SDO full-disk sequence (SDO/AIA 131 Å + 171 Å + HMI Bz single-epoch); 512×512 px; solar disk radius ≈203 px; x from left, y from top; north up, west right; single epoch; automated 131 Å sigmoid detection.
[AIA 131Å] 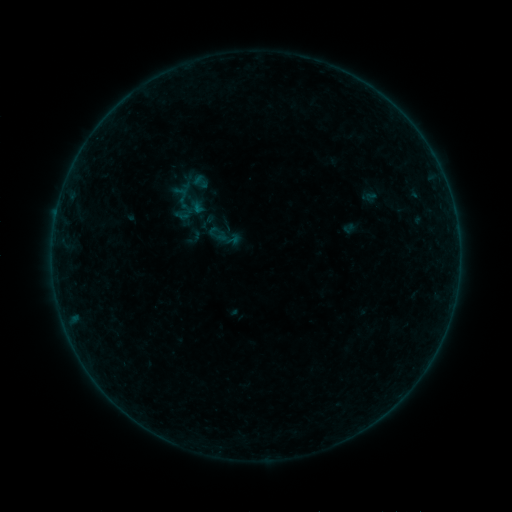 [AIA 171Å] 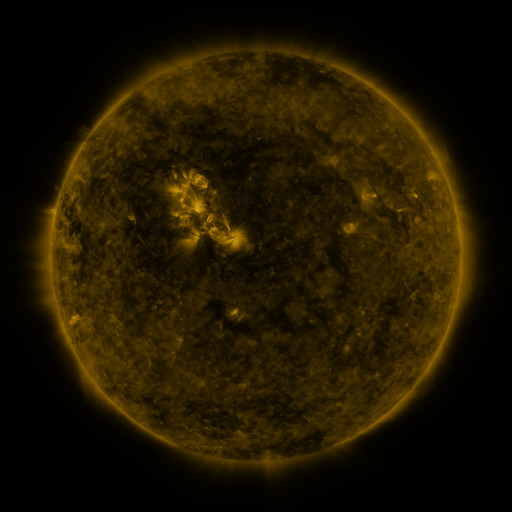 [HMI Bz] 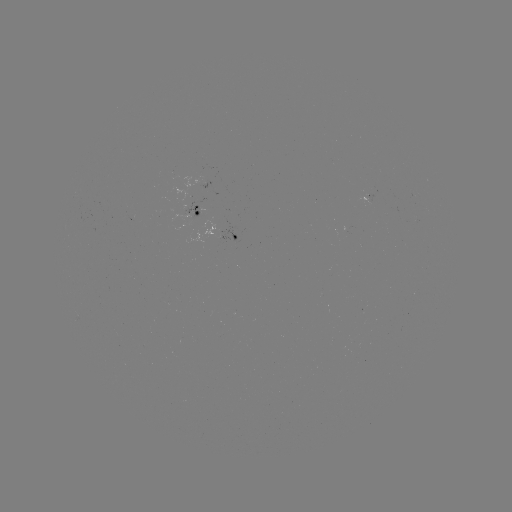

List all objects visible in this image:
sigmoid: (201, 182)
sigmoid: (207, 222)
